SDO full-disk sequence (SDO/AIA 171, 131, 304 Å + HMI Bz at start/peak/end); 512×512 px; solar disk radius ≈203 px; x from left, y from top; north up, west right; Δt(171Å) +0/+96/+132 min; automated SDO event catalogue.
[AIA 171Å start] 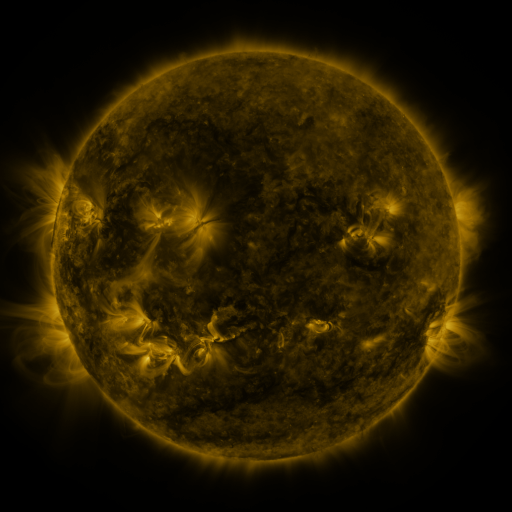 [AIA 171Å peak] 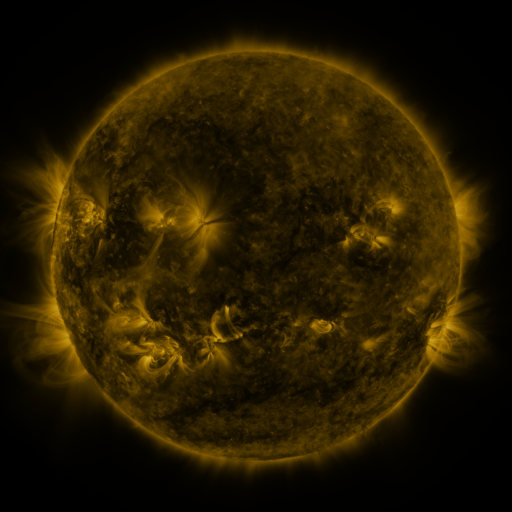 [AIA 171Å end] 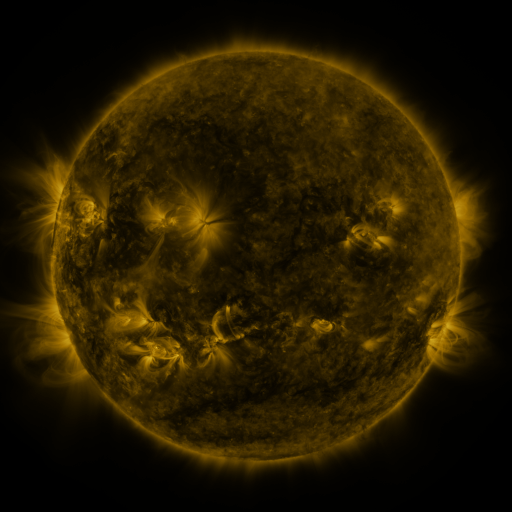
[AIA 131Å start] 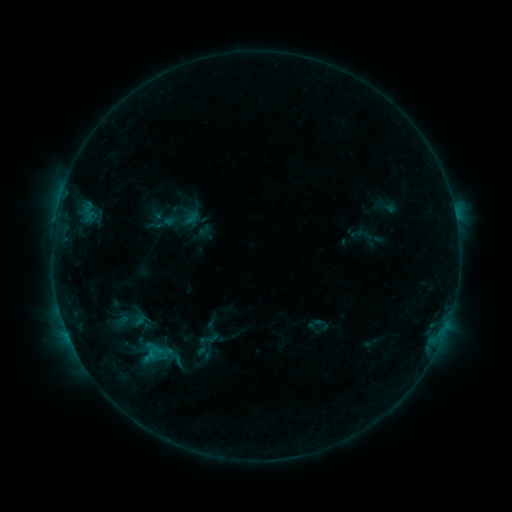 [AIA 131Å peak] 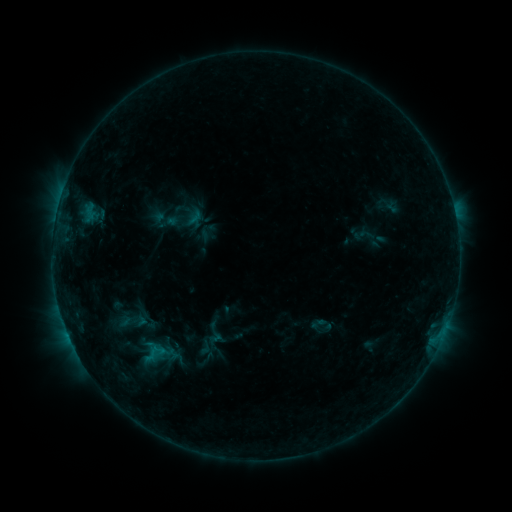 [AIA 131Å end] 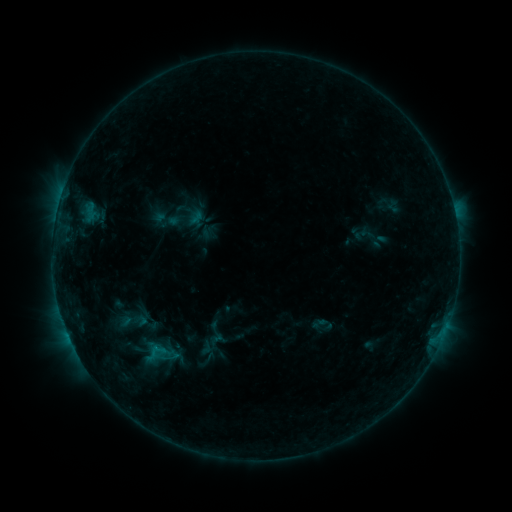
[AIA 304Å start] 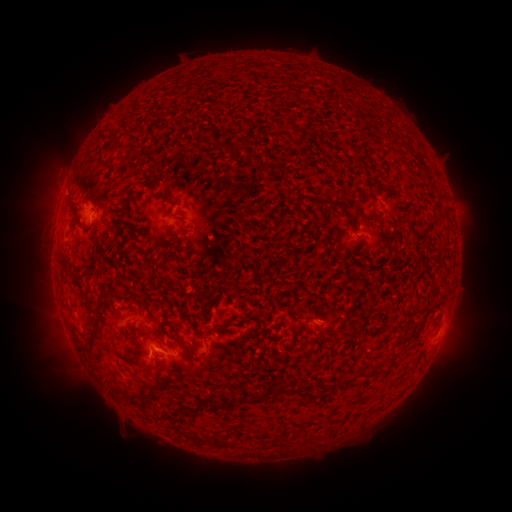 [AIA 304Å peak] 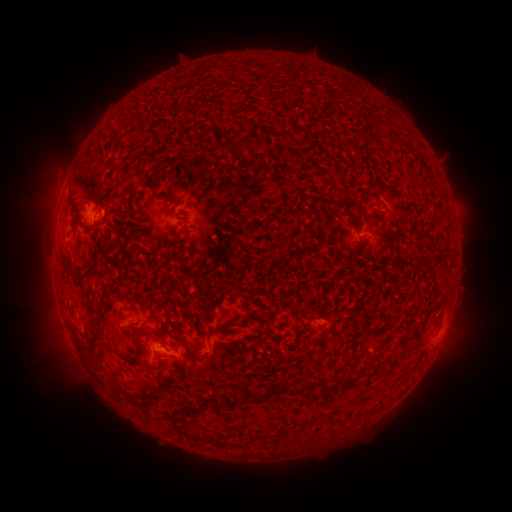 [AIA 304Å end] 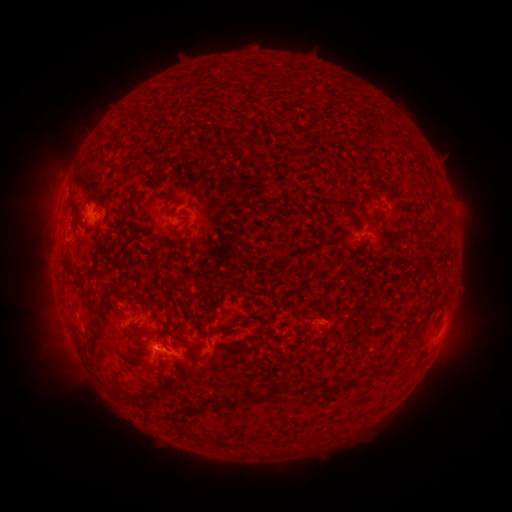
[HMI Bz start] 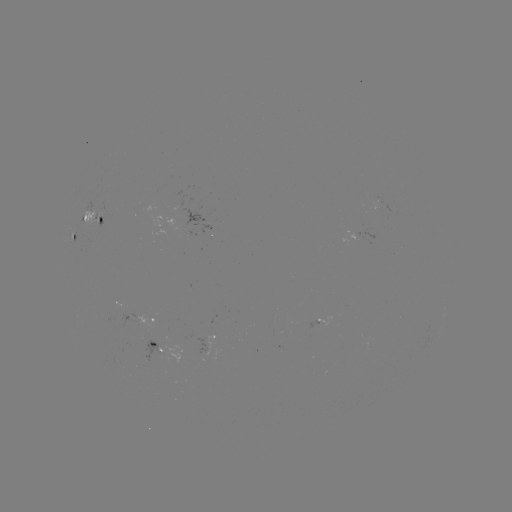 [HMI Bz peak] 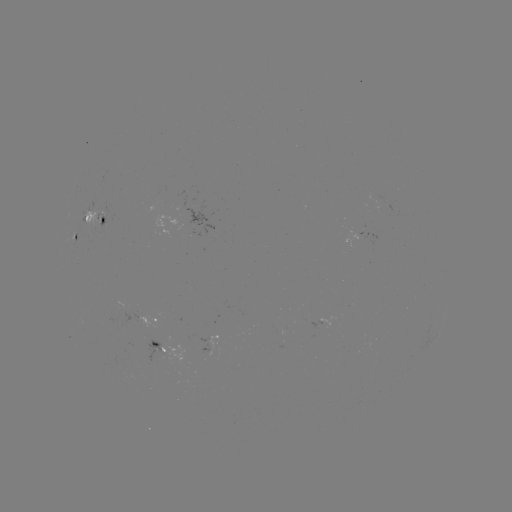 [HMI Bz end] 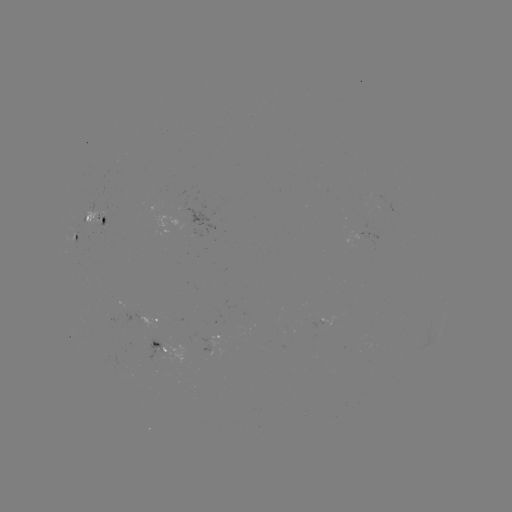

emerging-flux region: <bbox>97, 211, 104, 229</bbox>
